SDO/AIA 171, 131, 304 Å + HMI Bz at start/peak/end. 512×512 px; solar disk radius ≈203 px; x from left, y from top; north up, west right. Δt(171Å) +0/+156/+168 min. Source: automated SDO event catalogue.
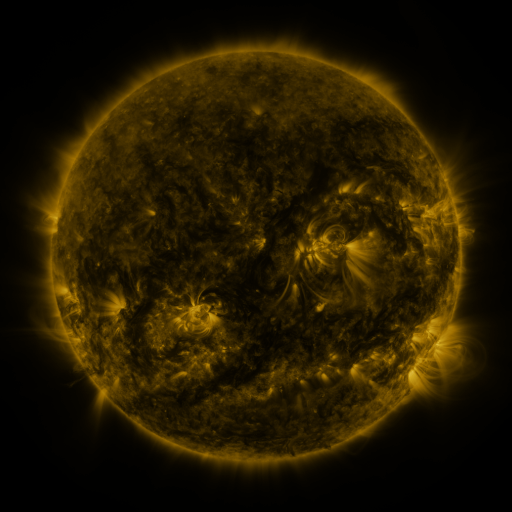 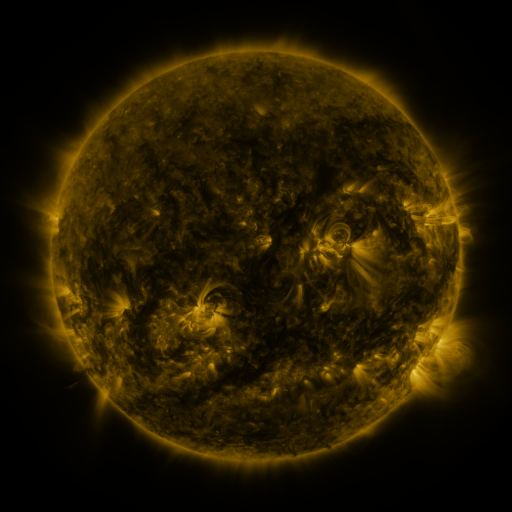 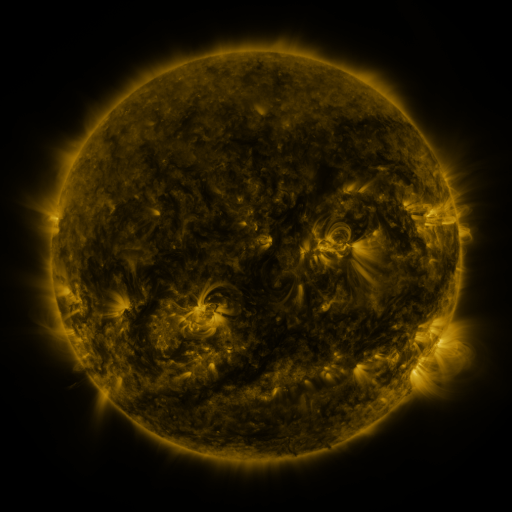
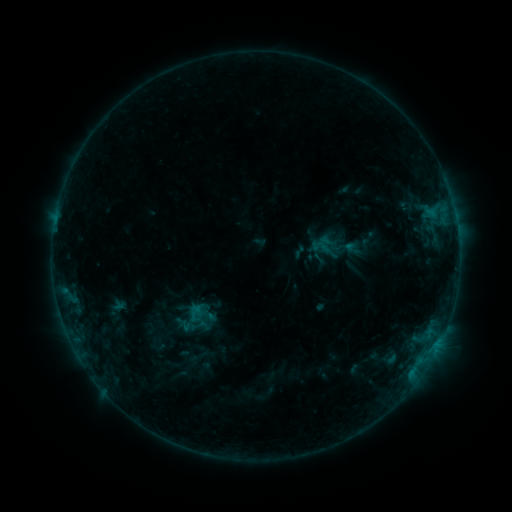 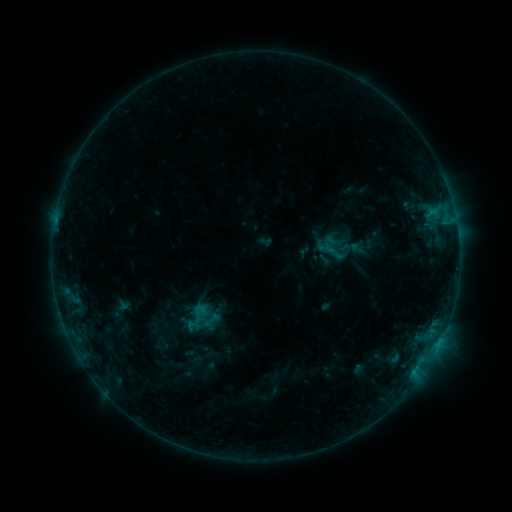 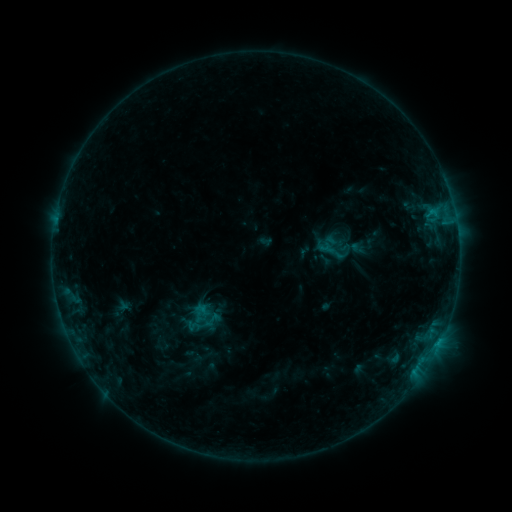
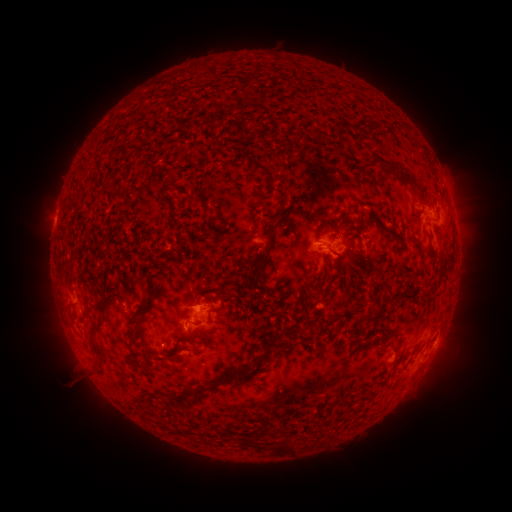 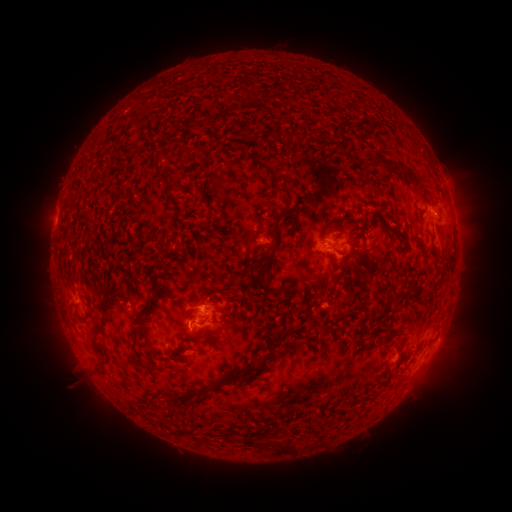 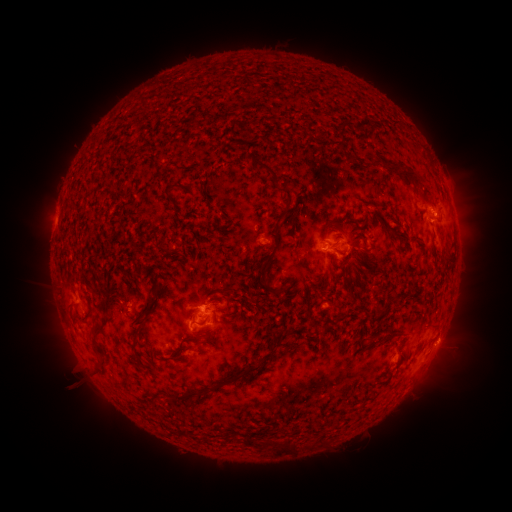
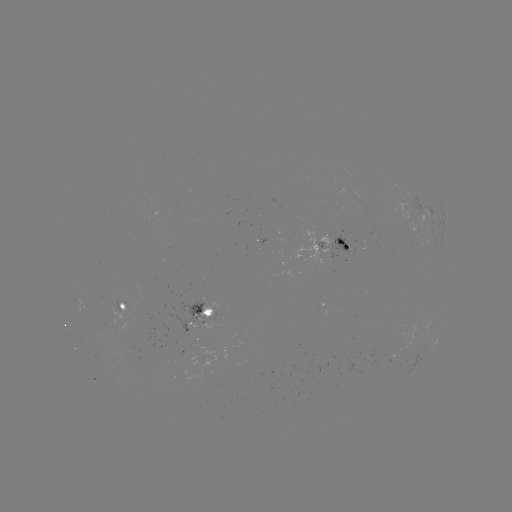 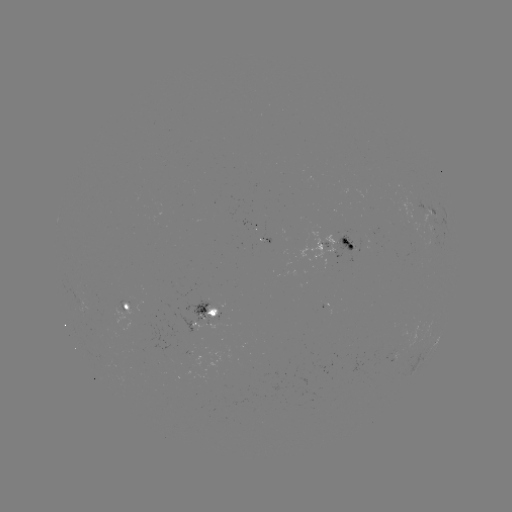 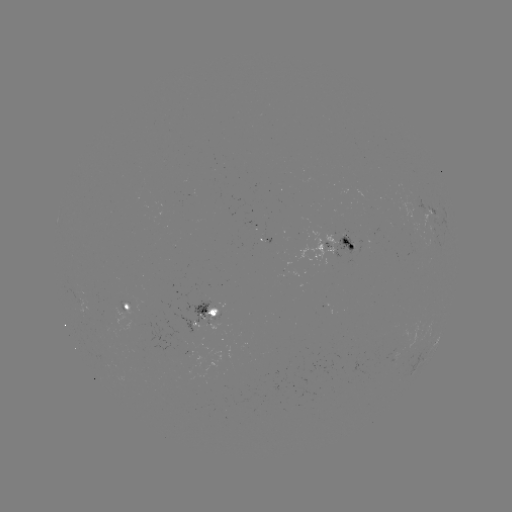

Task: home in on emerging-flux region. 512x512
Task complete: (350, 245).